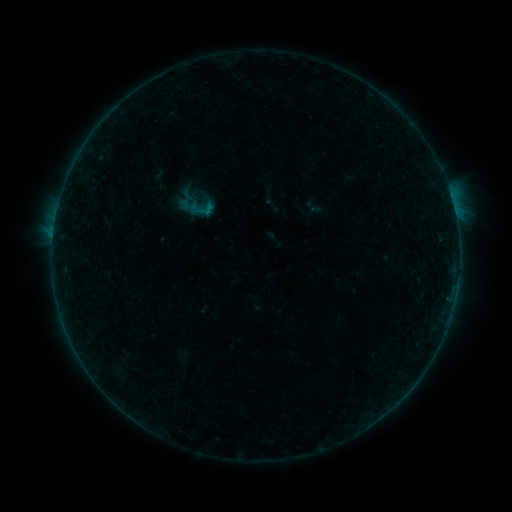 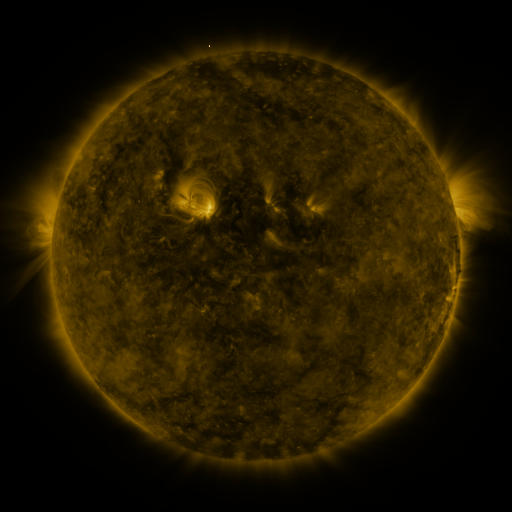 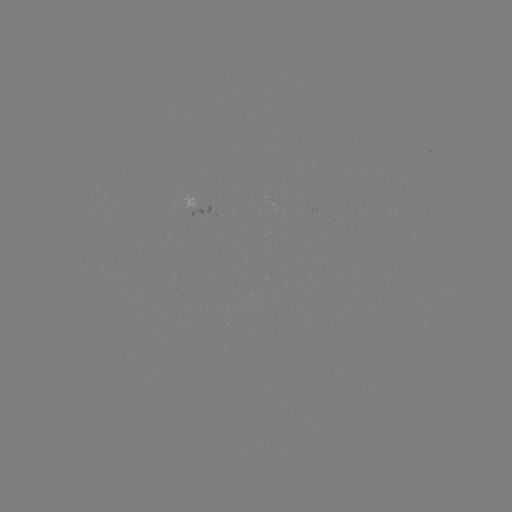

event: sigmoid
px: (206, 210)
